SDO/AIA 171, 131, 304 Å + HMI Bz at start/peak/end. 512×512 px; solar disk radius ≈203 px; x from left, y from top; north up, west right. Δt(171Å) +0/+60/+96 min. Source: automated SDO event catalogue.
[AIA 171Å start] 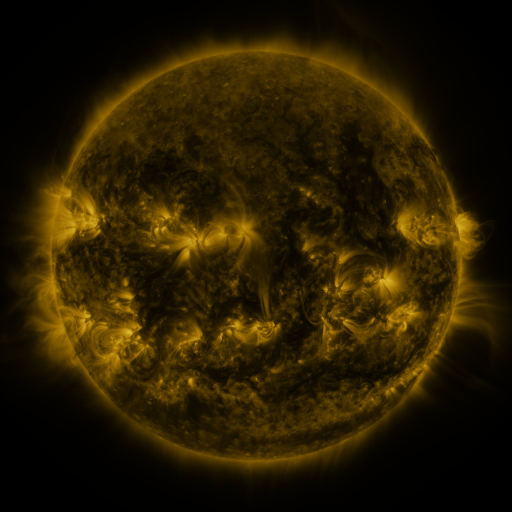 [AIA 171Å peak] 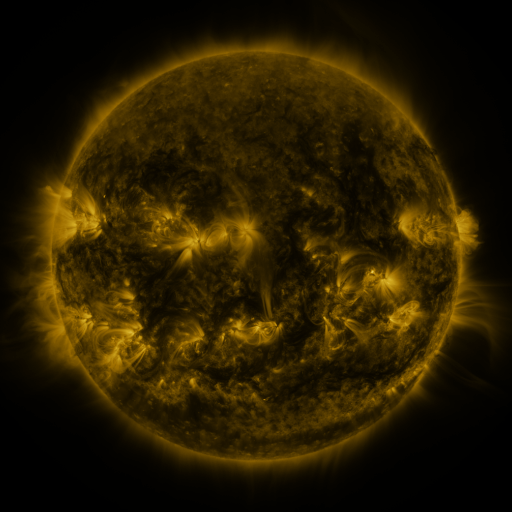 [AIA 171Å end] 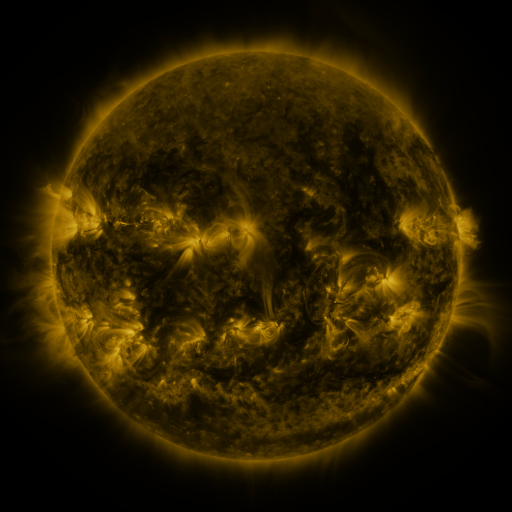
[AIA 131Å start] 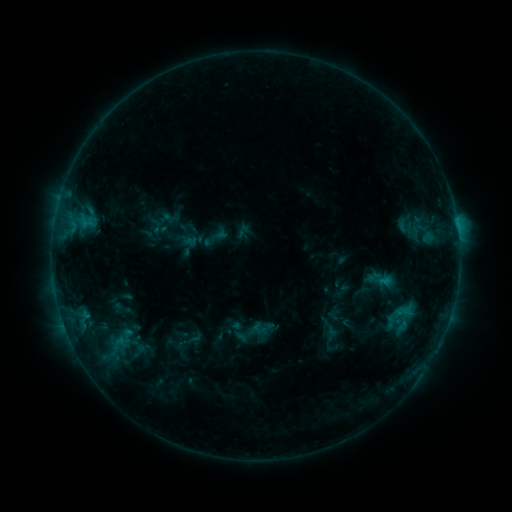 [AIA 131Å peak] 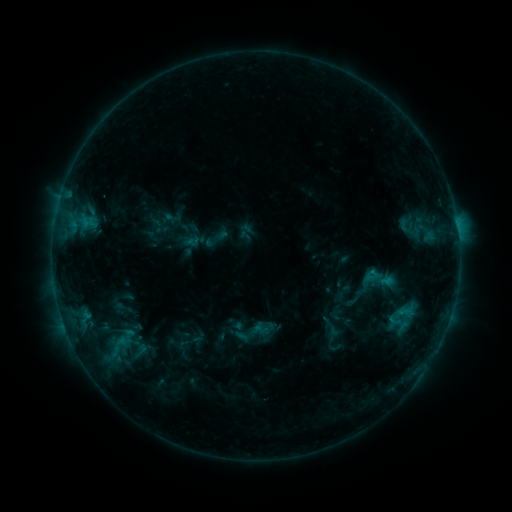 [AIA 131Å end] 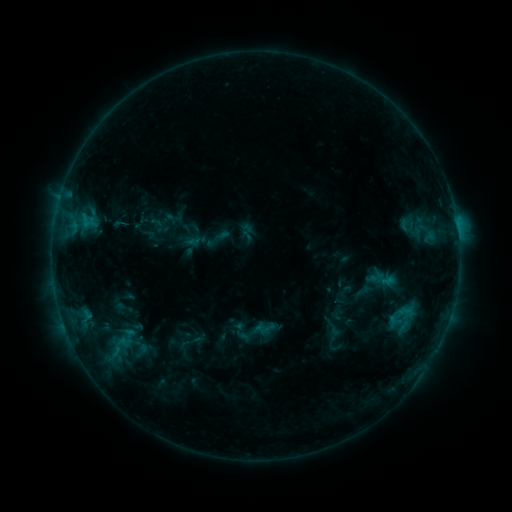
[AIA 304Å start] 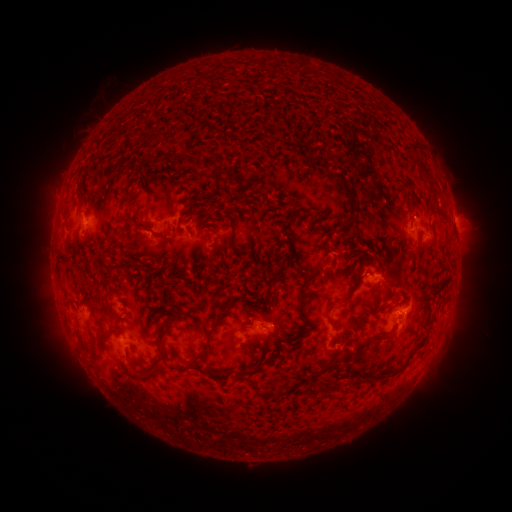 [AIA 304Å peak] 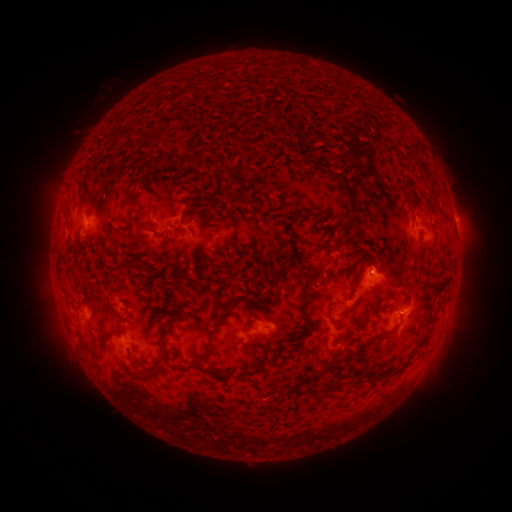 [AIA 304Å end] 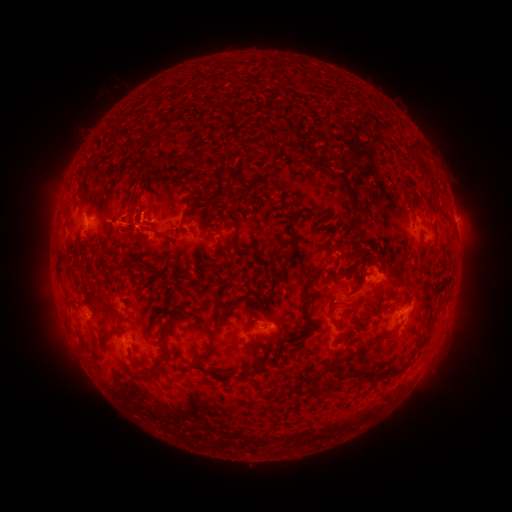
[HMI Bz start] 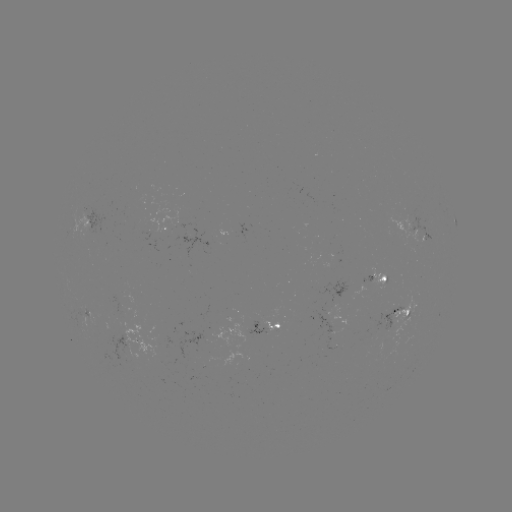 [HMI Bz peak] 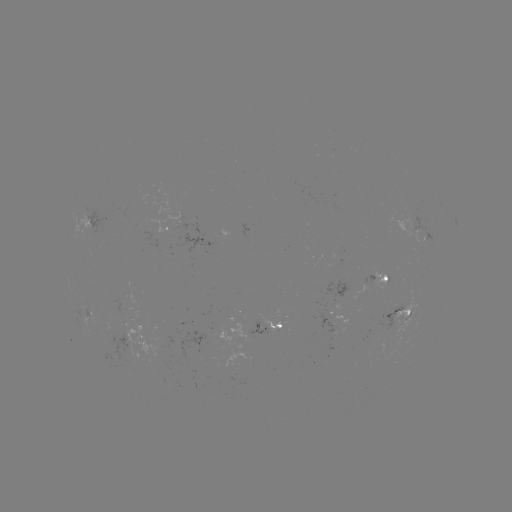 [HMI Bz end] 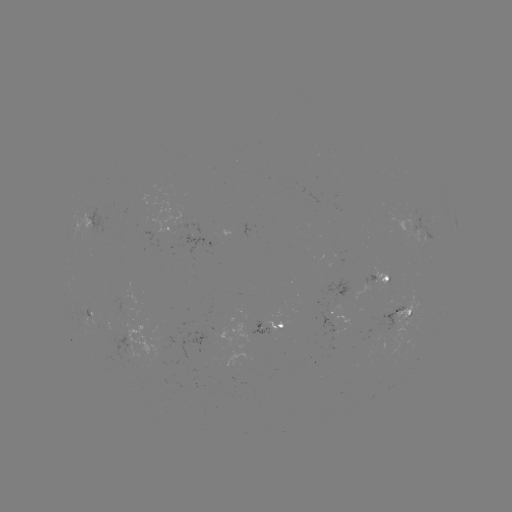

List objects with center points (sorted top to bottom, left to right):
emerging-flux region: (335, 325)
